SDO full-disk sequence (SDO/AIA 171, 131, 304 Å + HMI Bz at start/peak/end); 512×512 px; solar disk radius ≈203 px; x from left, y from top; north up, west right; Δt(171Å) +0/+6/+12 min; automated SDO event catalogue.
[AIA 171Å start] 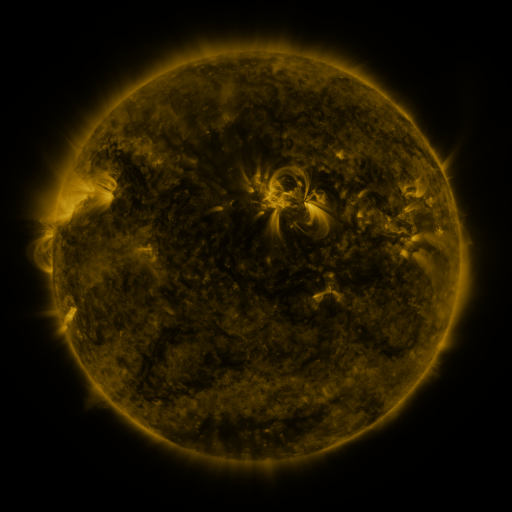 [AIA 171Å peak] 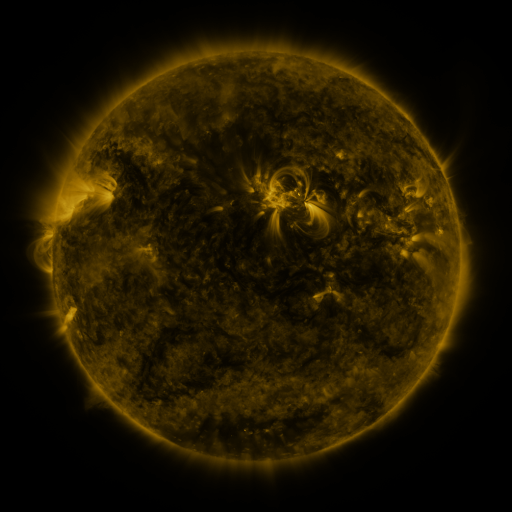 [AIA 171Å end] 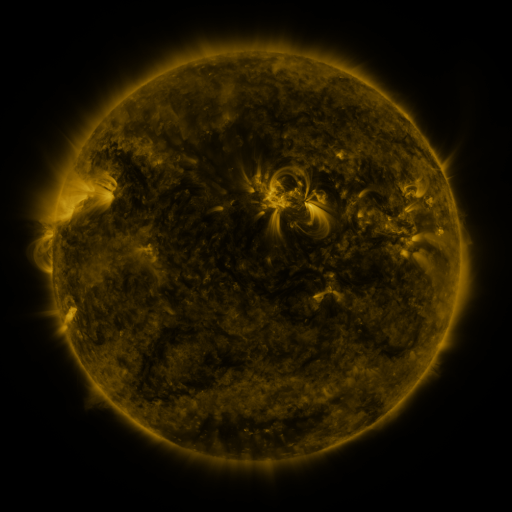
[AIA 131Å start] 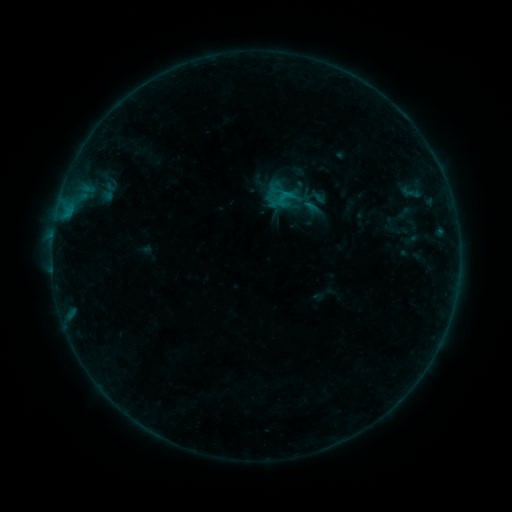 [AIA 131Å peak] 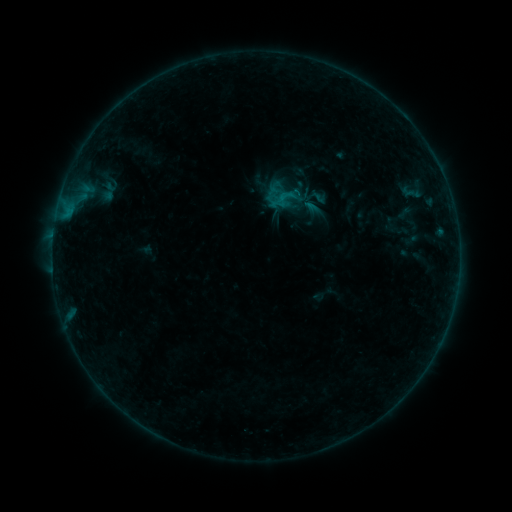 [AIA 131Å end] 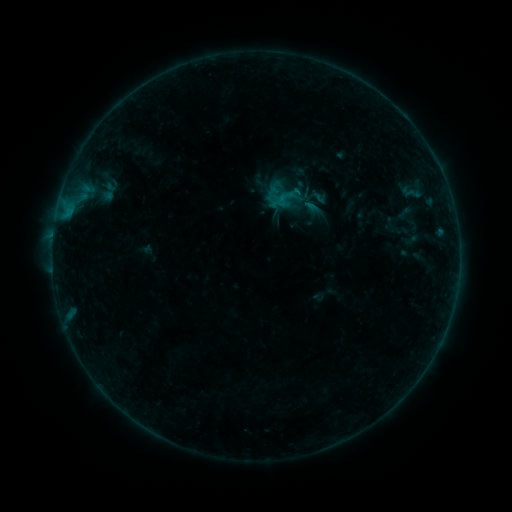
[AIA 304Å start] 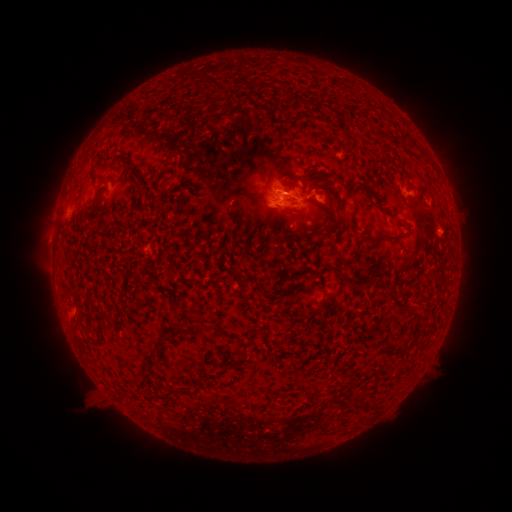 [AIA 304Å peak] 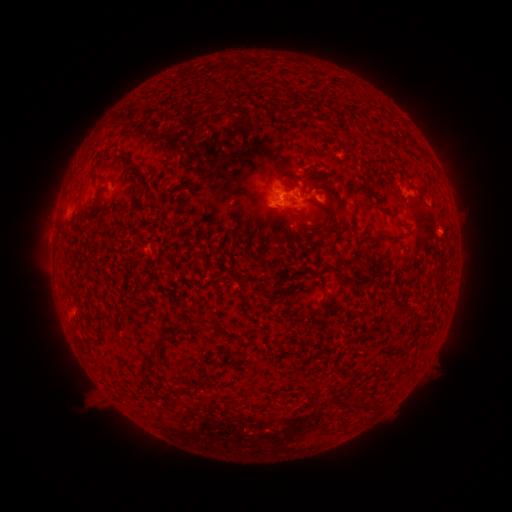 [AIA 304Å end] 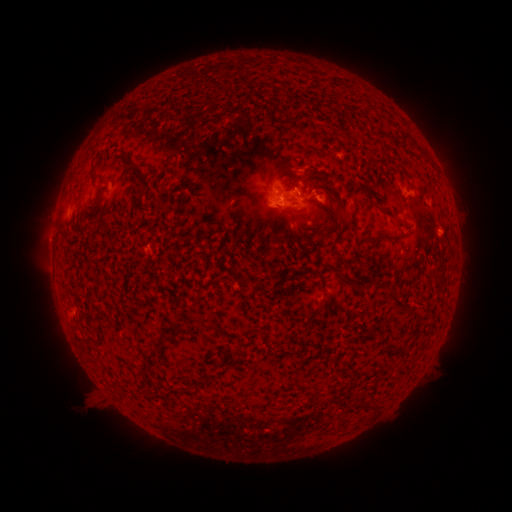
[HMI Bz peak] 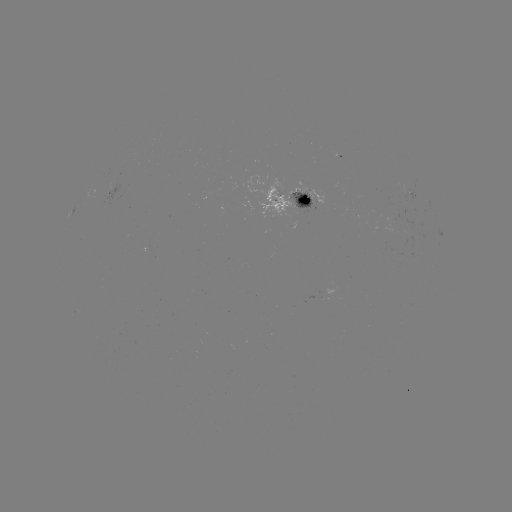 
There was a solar flare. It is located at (297, 194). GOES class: B4.9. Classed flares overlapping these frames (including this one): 1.